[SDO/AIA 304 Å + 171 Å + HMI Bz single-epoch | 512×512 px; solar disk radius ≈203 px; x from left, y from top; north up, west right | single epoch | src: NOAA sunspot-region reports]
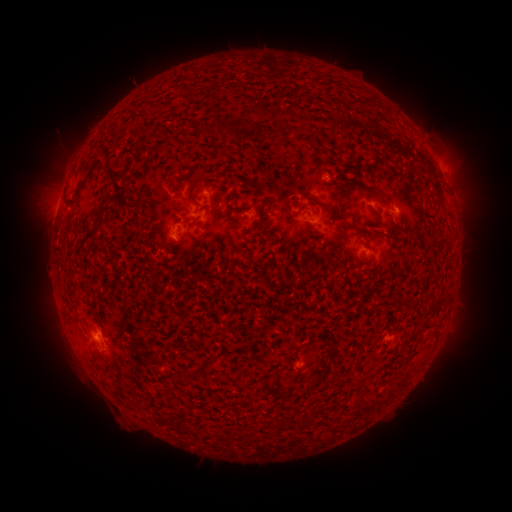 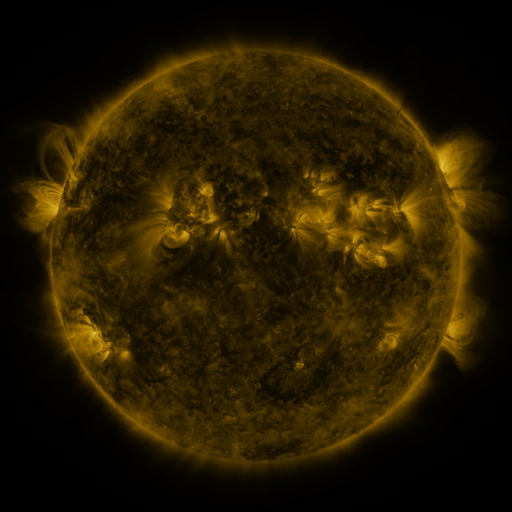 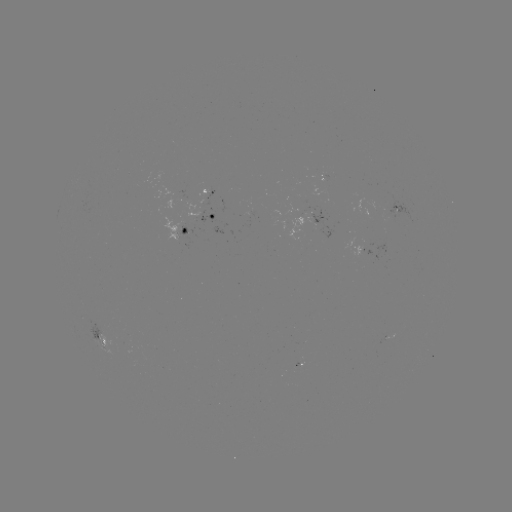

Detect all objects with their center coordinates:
spotted active region: (215, 220)
spotted active region: (310, 223)
spotted active region: (181, 233)
spotted active region: (386, 250)
spotted active region: (100, 335)
